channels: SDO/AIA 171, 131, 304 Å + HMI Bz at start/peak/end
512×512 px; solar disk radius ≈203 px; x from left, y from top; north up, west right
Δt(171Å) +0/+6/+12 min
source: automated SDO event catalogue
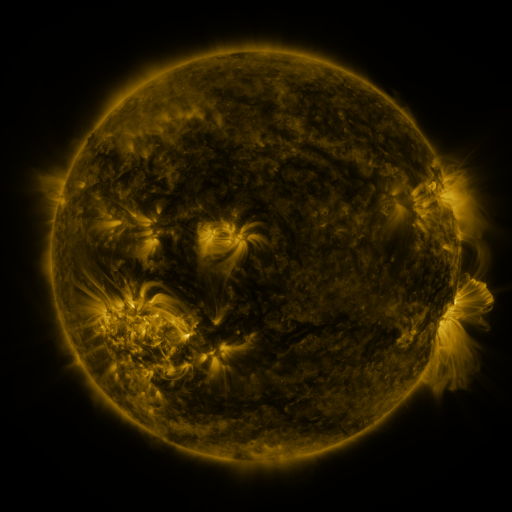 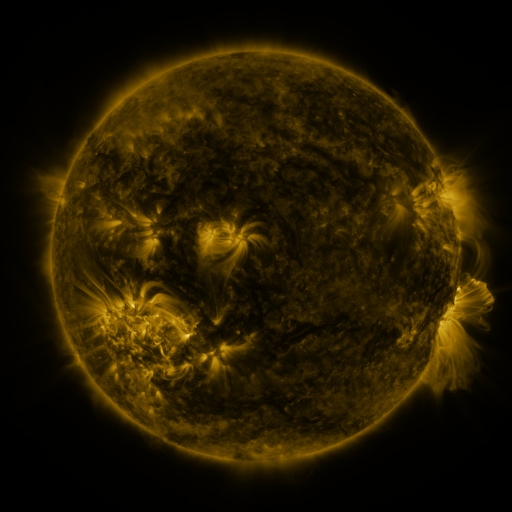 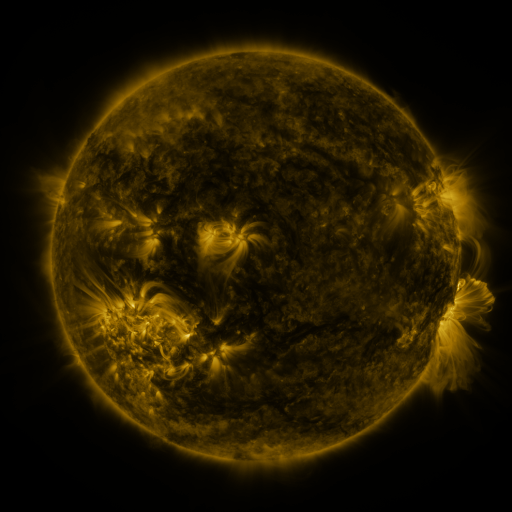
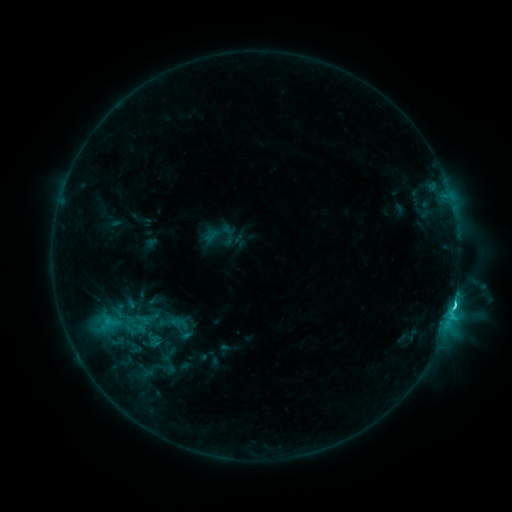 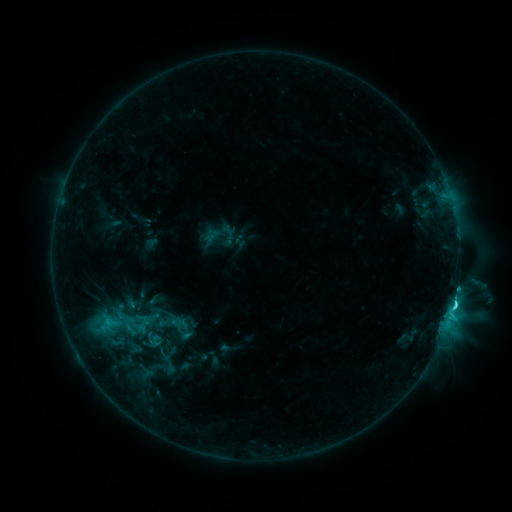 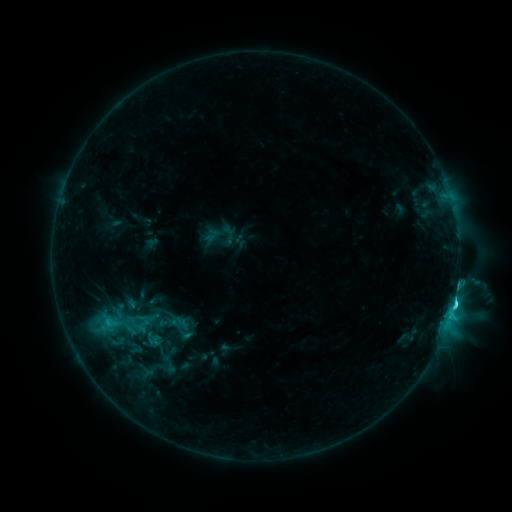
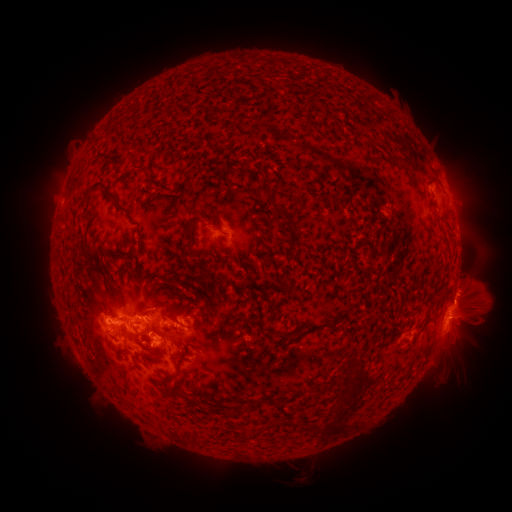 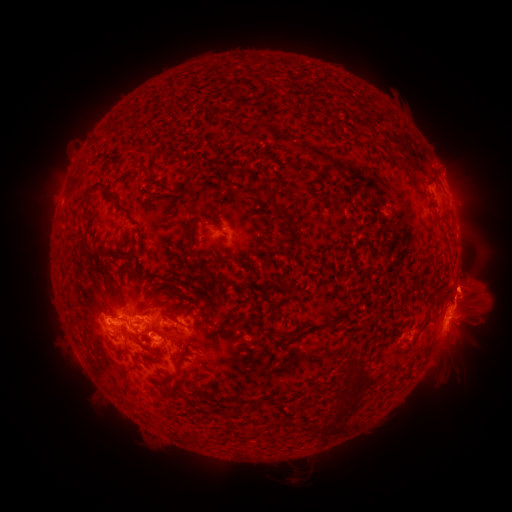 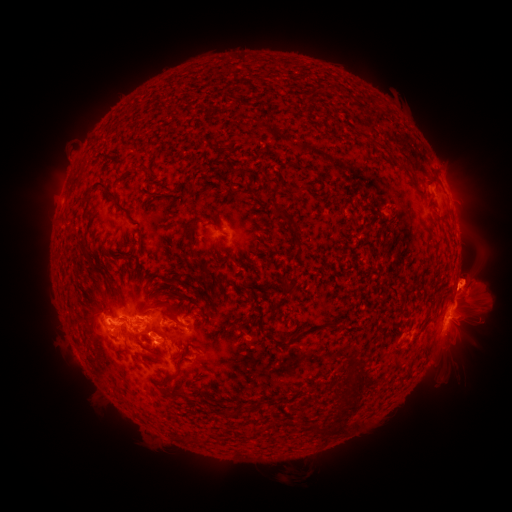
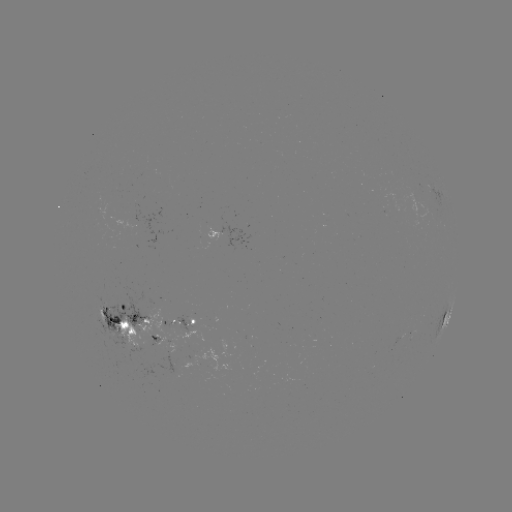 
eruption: [443, 325, 489, 367]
